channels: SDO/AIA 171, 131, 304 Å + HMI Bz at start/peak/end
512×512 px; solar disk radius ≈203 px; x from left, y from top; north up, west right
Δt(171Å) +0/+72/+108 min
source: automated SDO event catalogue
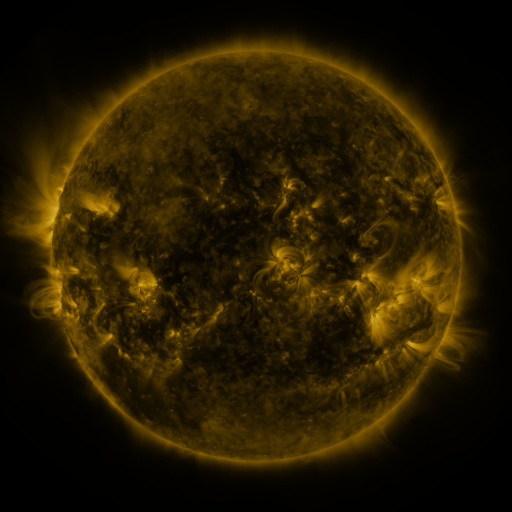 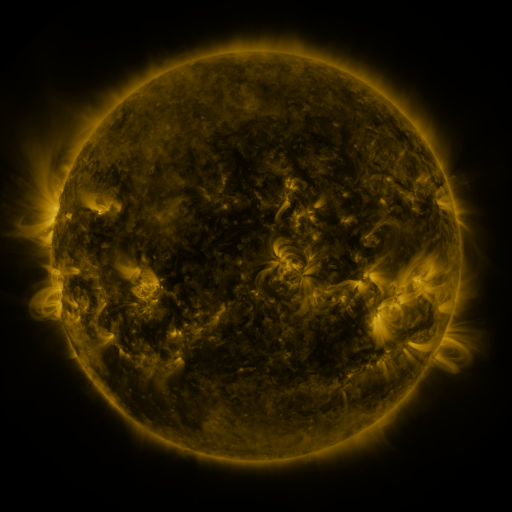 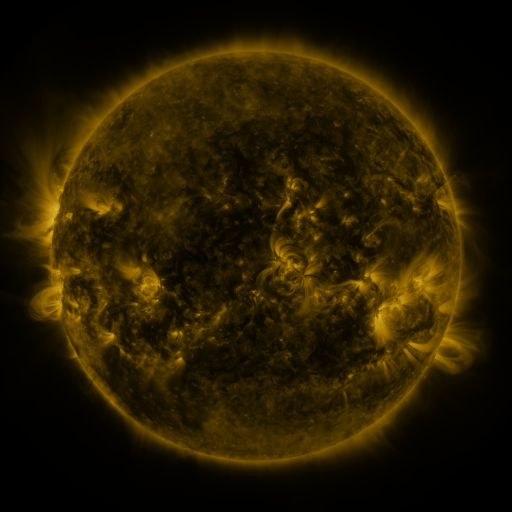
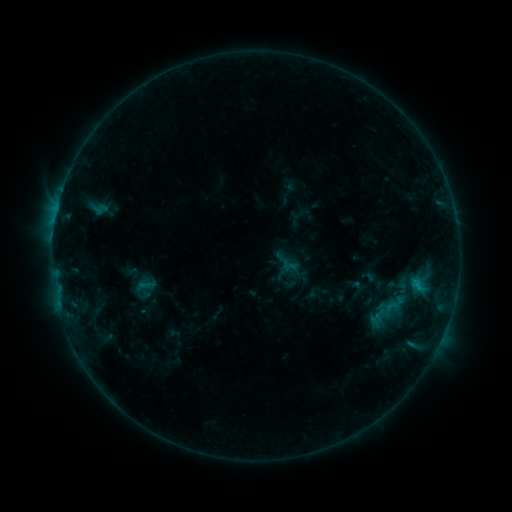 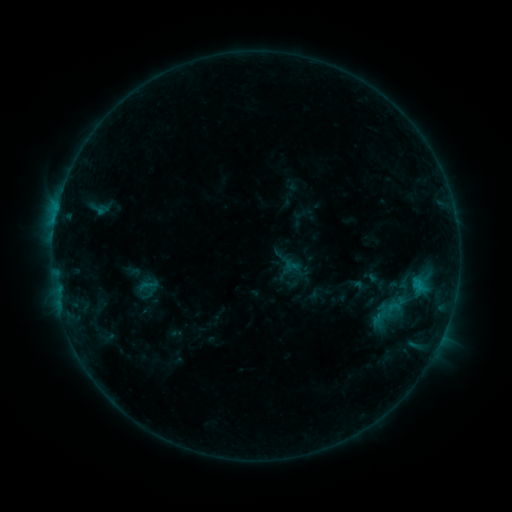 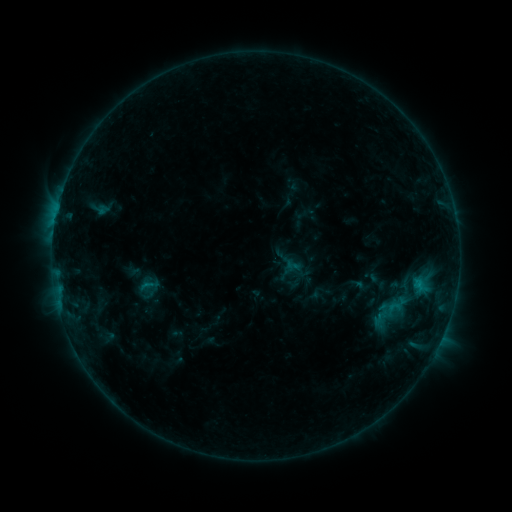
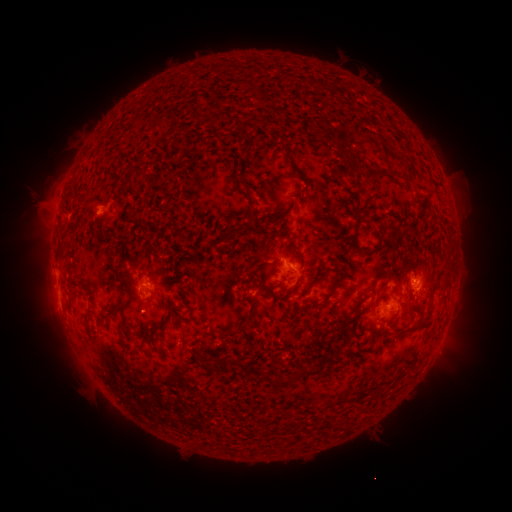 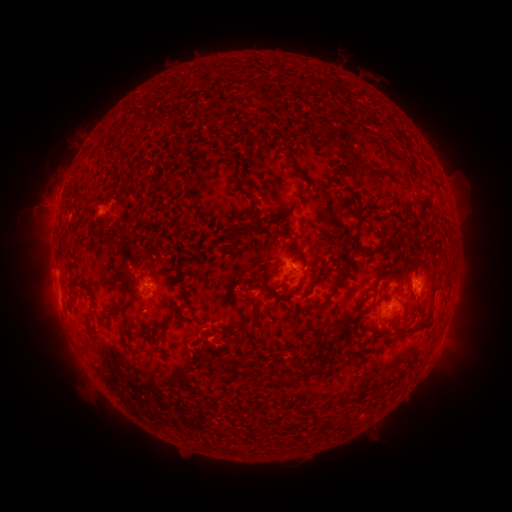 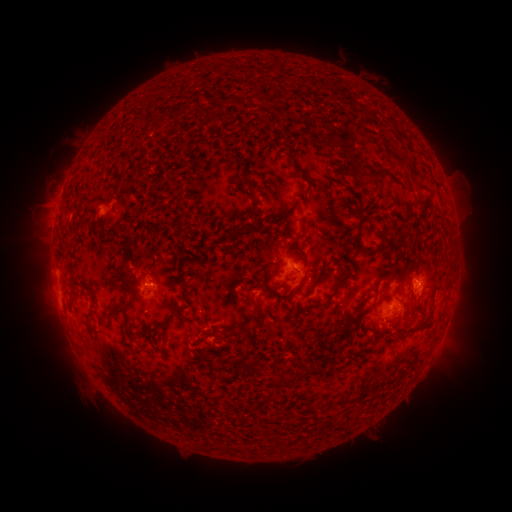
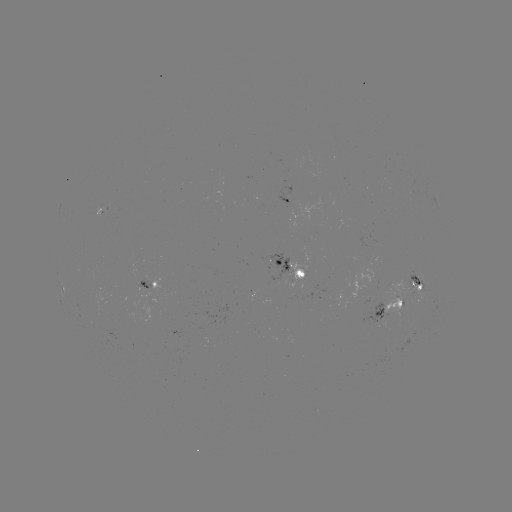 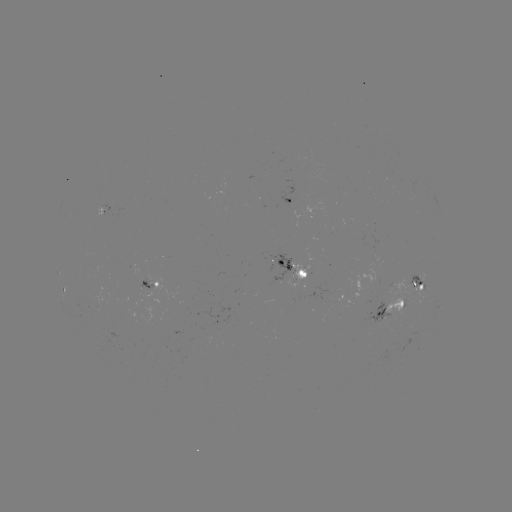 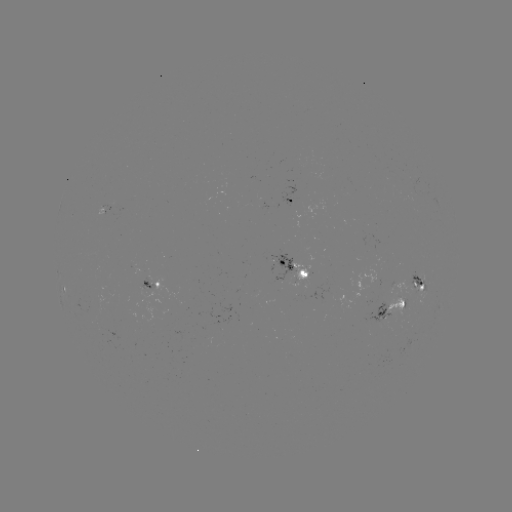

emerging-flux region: <bbox>289, 282, 299, 297</bbox>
